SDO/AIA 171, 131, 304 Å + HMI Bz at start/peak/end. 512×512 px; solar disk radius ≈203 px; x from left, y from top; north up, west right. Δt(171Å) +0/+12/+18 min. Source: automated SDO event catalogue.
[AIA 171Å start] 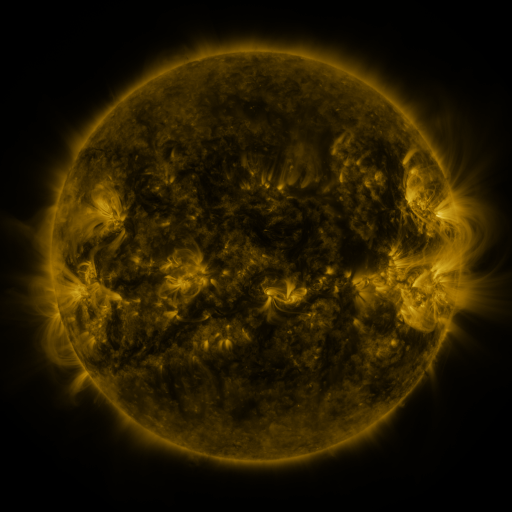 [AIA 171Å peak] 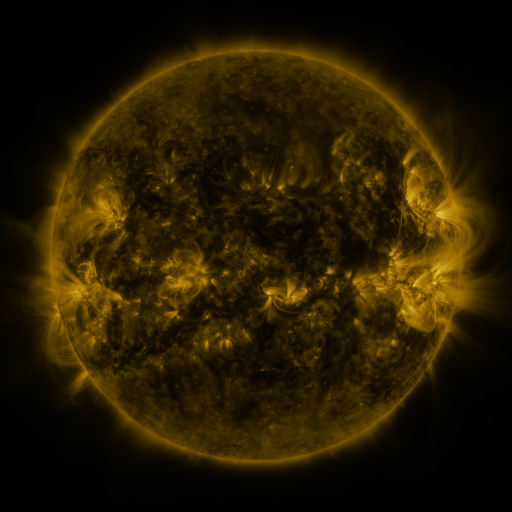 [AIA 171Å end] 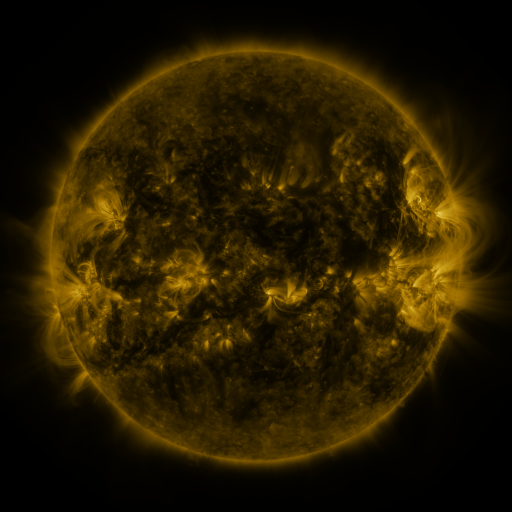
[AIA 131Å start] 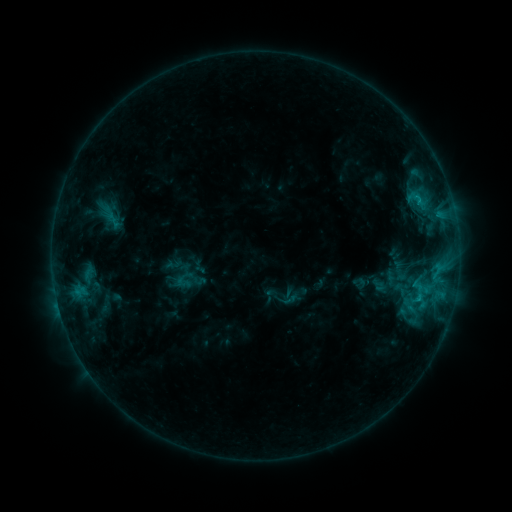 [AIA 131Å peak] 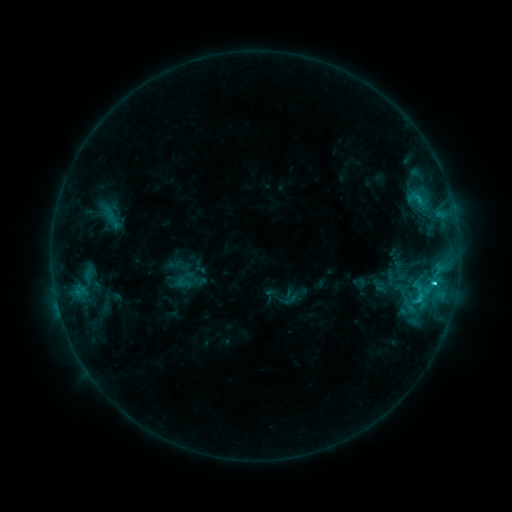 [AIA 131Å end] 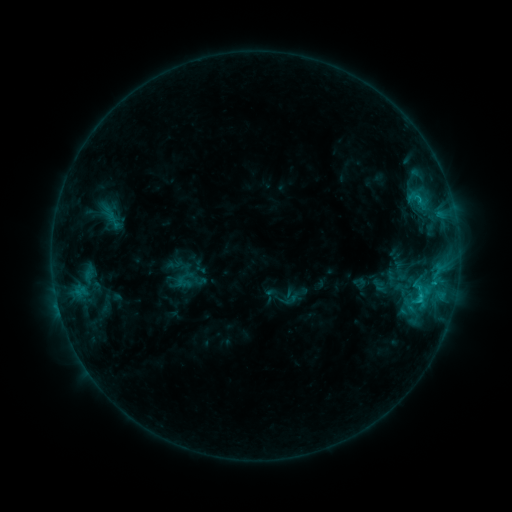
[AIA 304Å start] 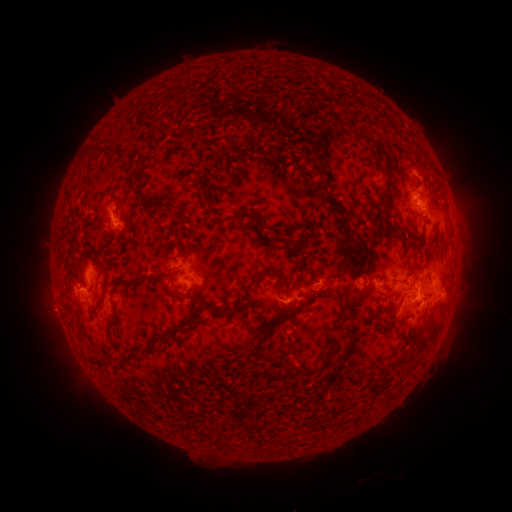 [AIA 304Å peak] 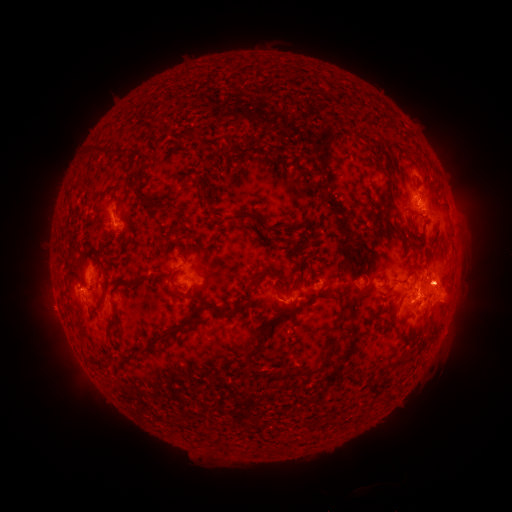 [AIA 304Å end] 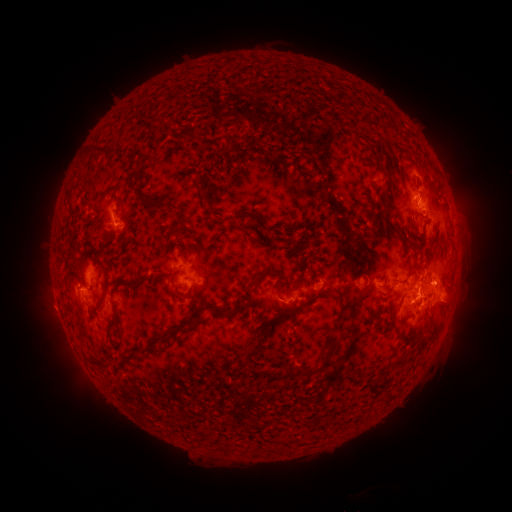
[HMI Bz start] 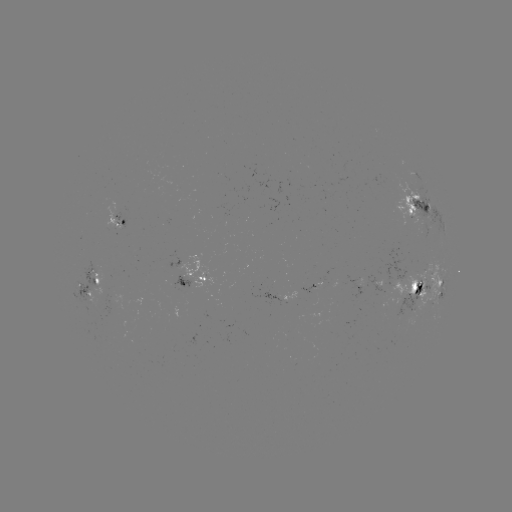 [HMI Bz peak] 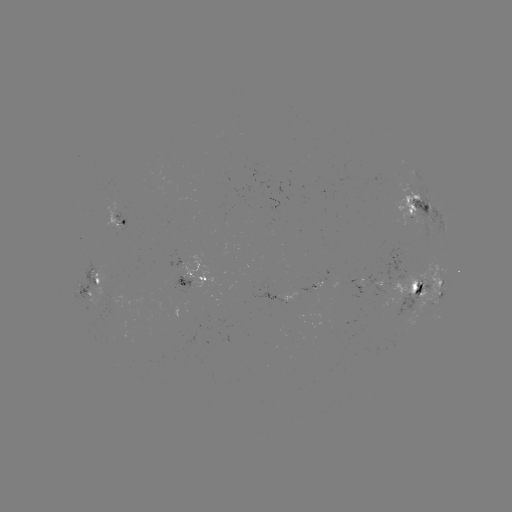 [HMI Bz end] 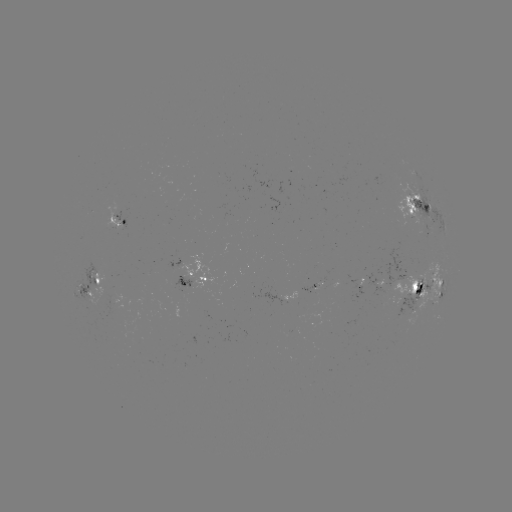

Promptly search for C3.0 flare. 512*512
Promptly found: (433, 280).